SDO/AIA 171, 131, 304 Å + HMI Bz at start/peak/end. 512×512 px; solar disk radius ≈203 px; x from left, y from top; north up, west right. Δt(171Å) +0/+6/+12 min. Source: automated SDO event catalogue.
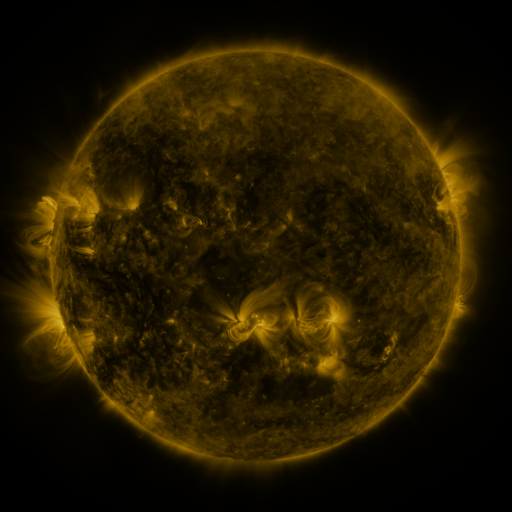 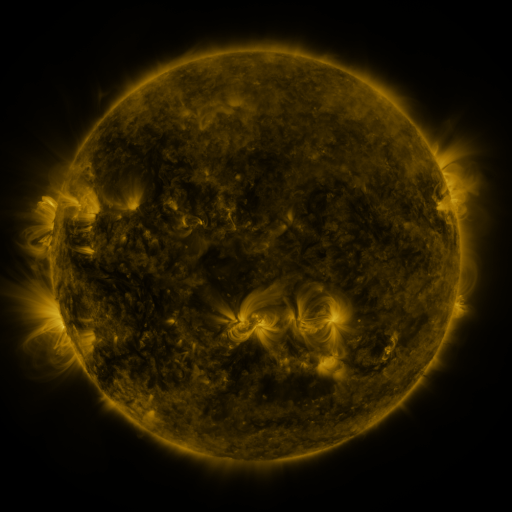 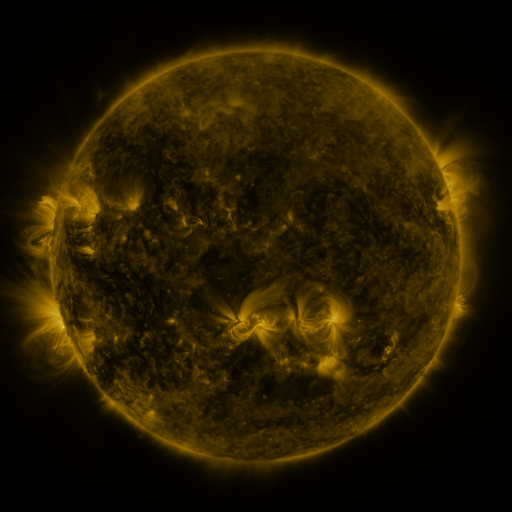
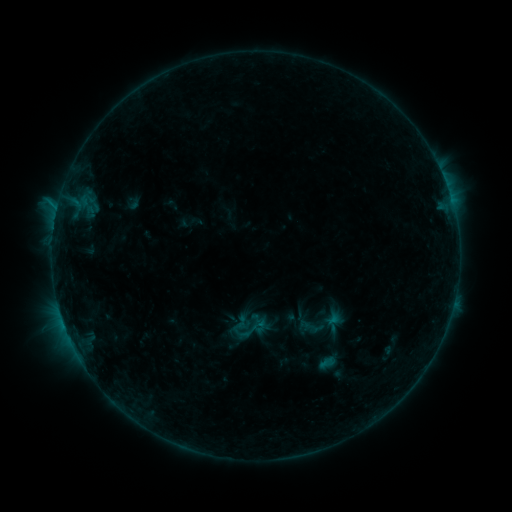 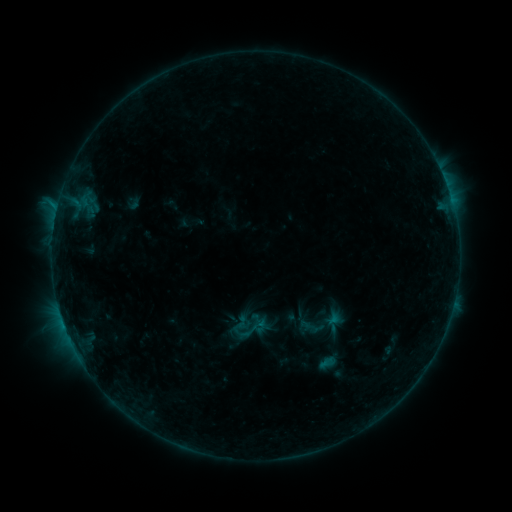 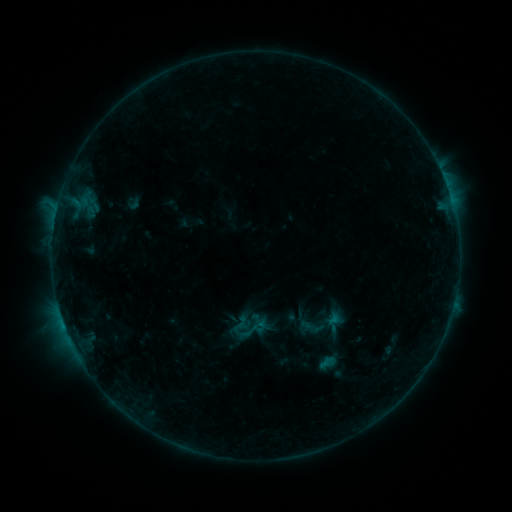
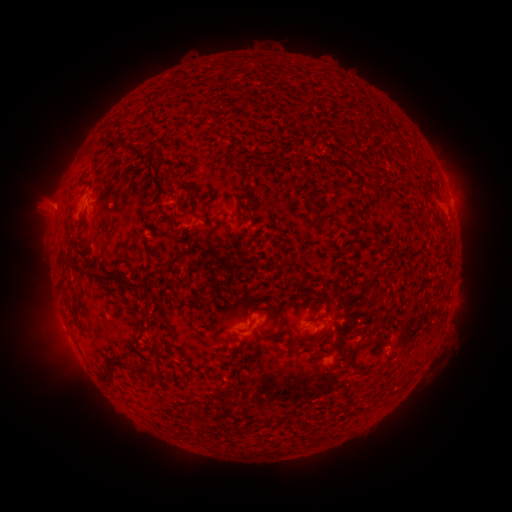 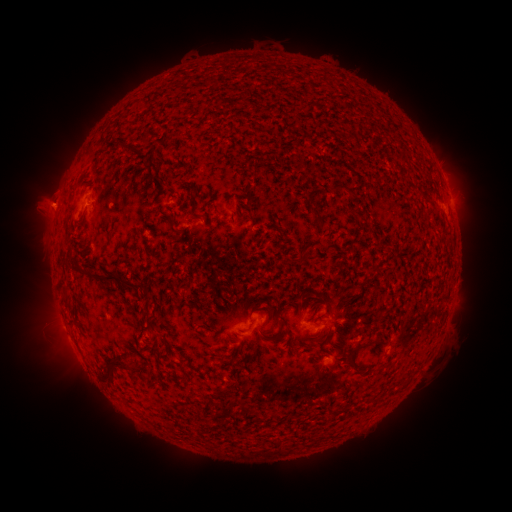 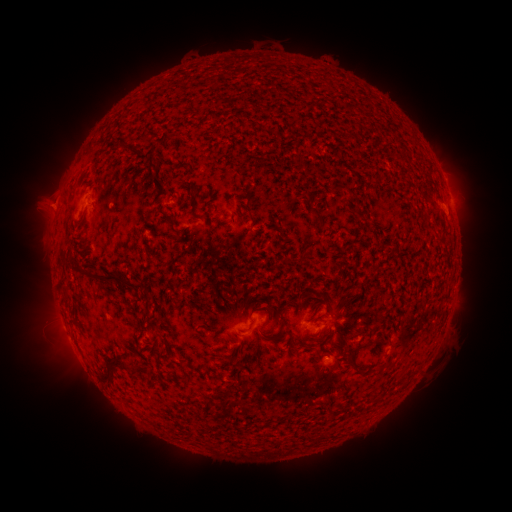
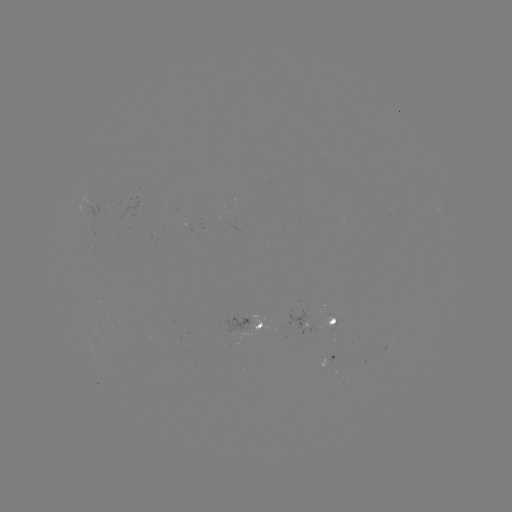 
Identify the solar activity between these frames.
no flare in any classed list; no EUV-trigger detection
